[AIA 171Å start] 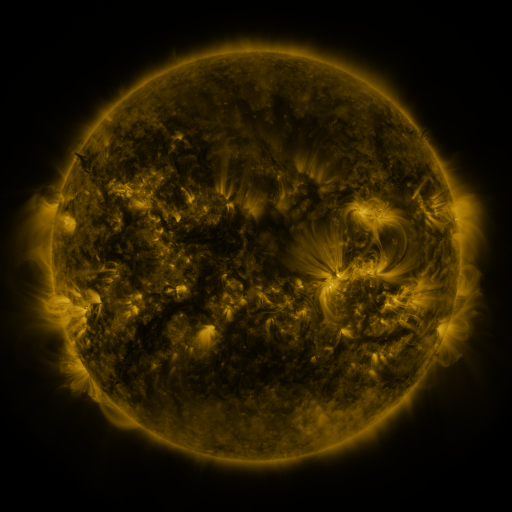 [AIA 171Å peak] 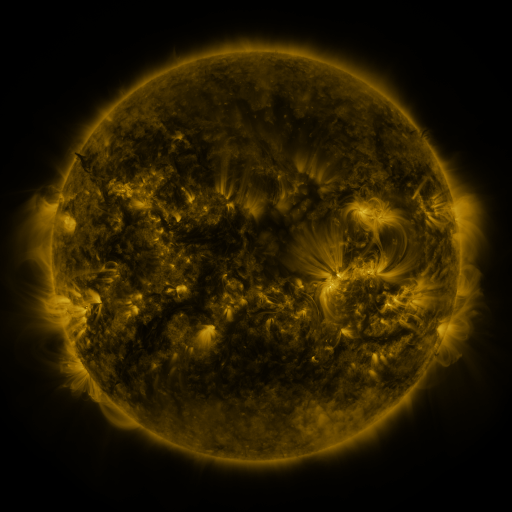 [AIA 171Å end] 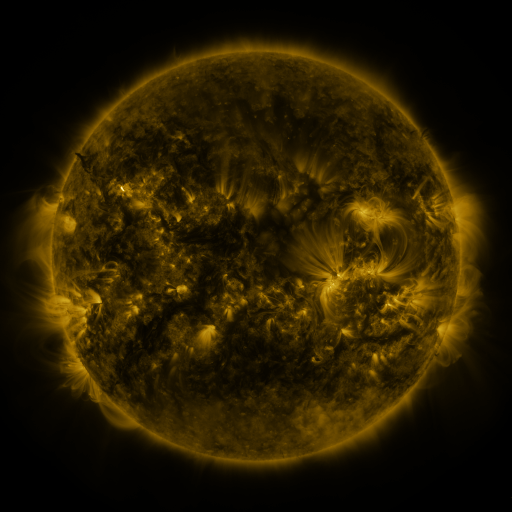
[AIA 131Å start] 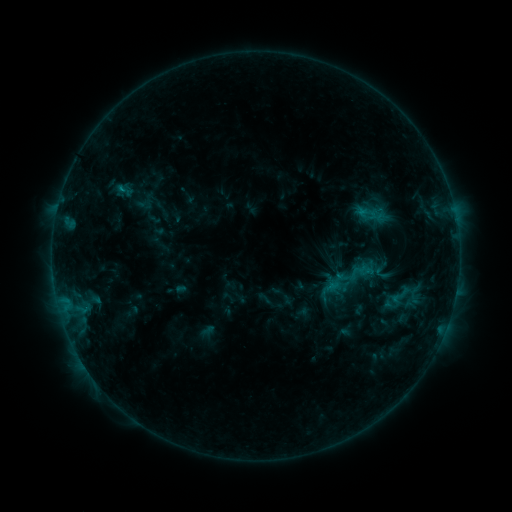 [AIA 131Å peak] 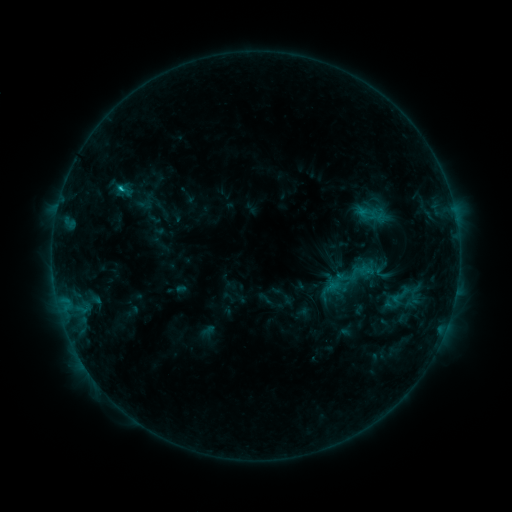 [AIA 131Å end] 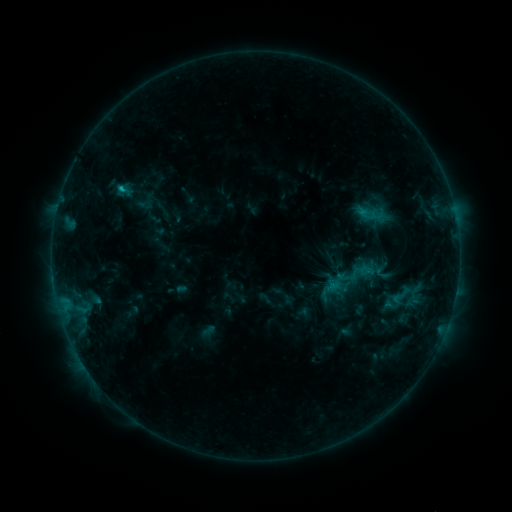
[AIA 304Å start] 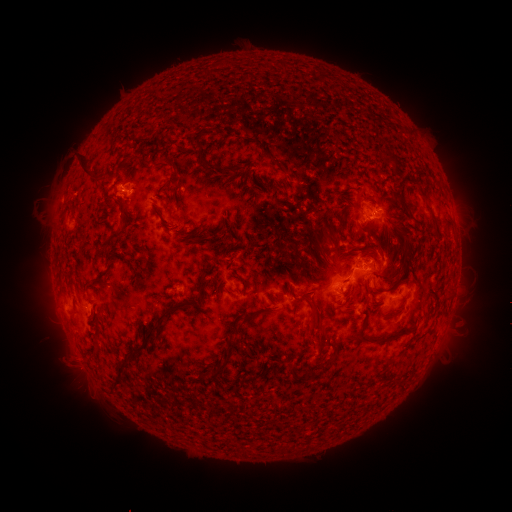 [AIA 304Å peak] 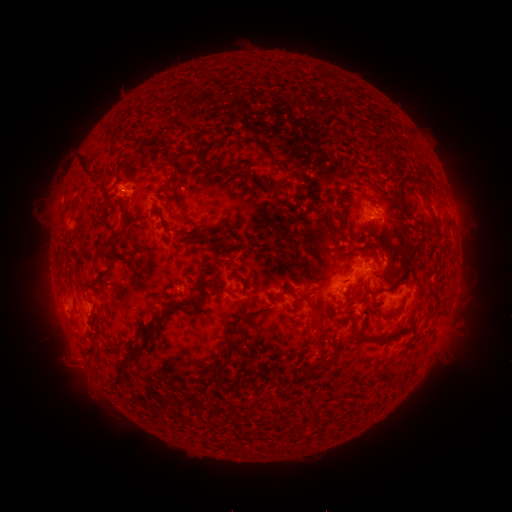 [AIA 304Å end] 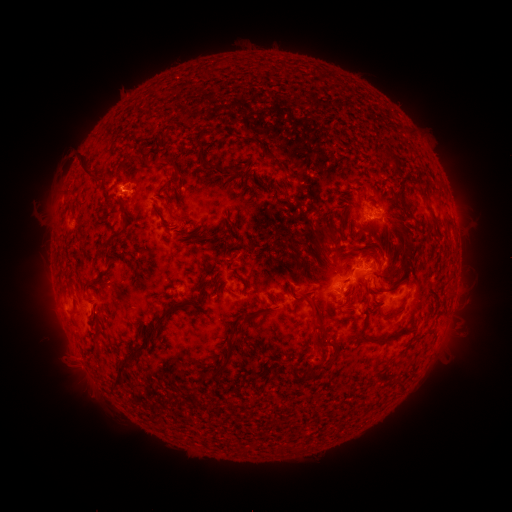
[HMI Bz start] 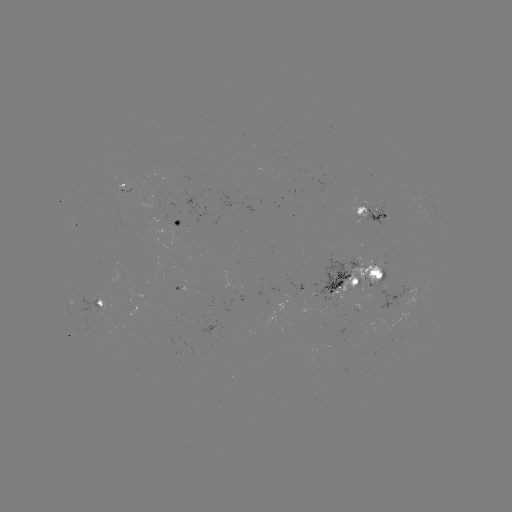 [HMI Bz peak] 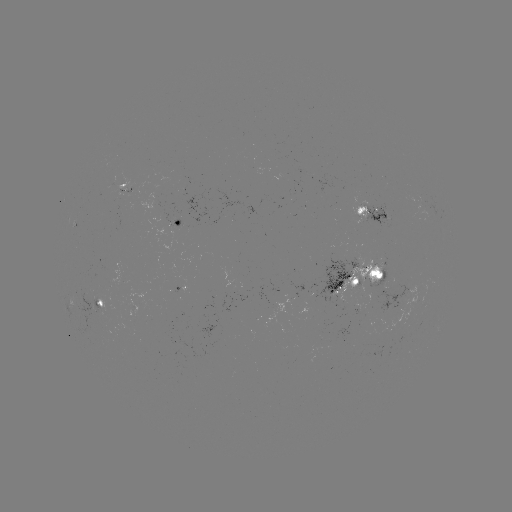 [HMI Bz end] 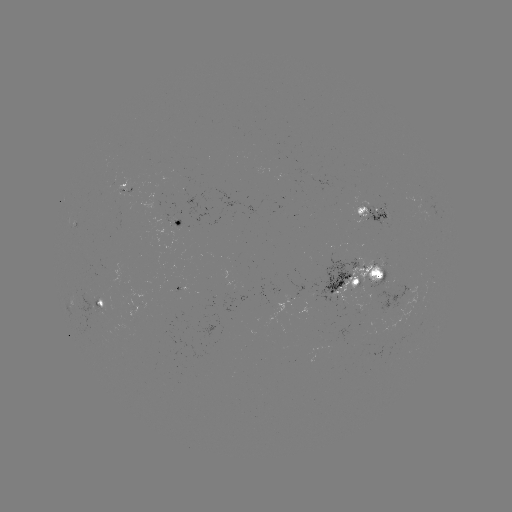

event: flare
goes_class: C1.1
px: (122, 189)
